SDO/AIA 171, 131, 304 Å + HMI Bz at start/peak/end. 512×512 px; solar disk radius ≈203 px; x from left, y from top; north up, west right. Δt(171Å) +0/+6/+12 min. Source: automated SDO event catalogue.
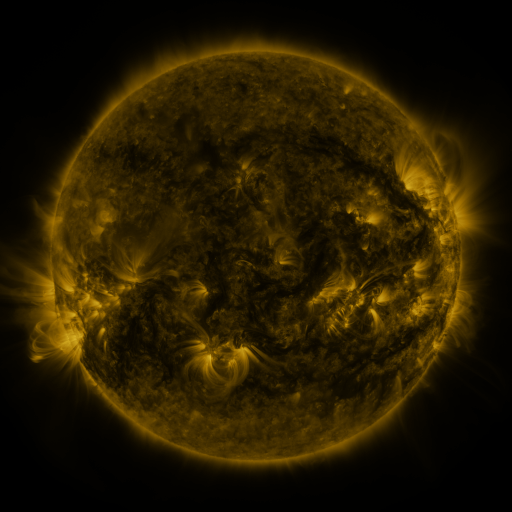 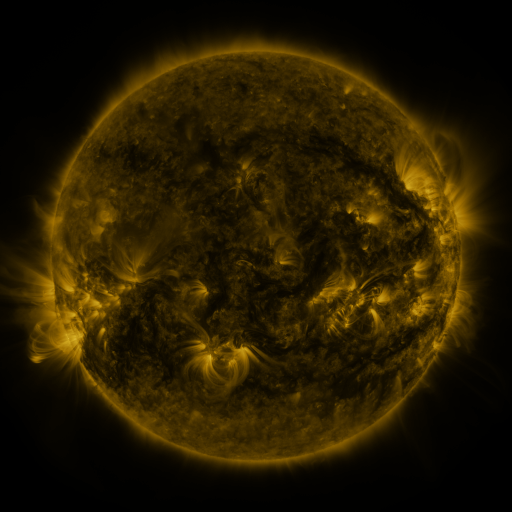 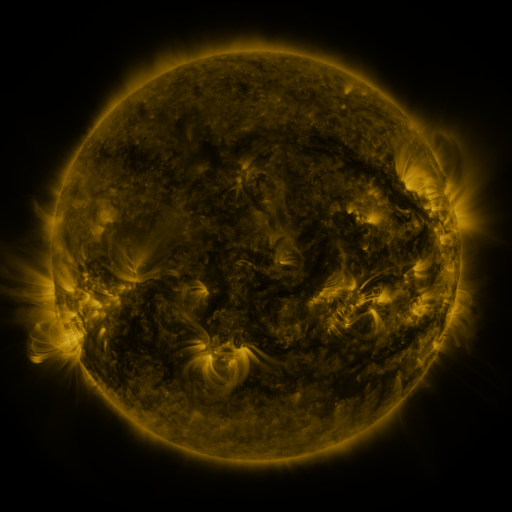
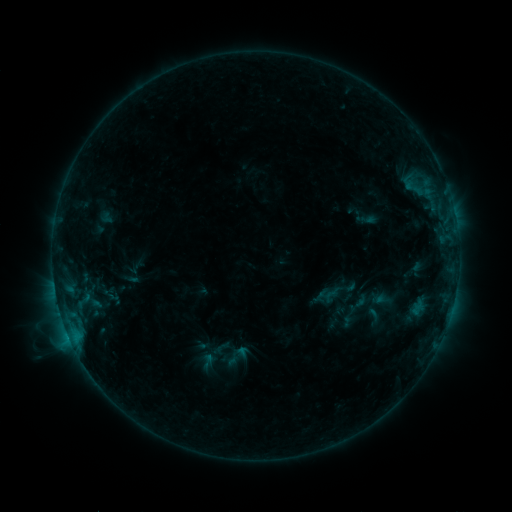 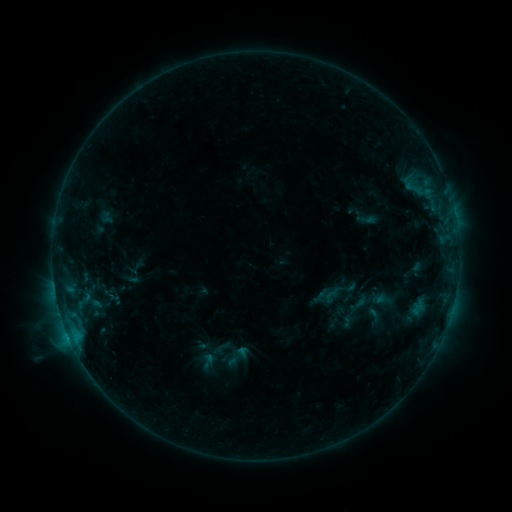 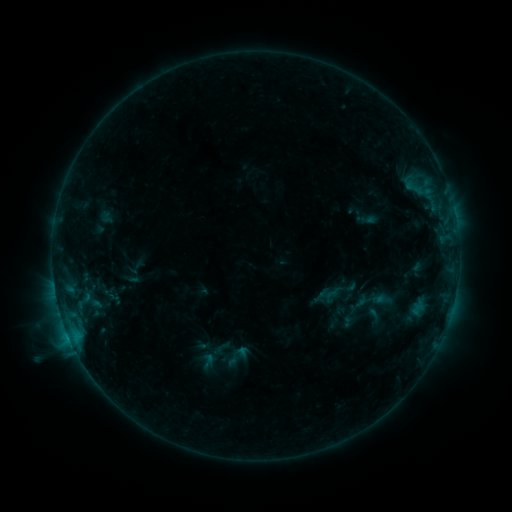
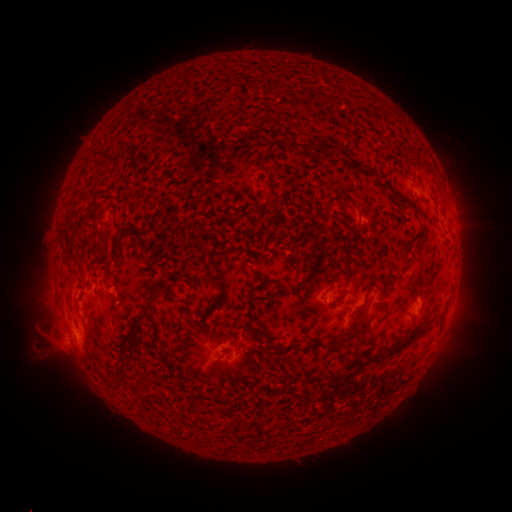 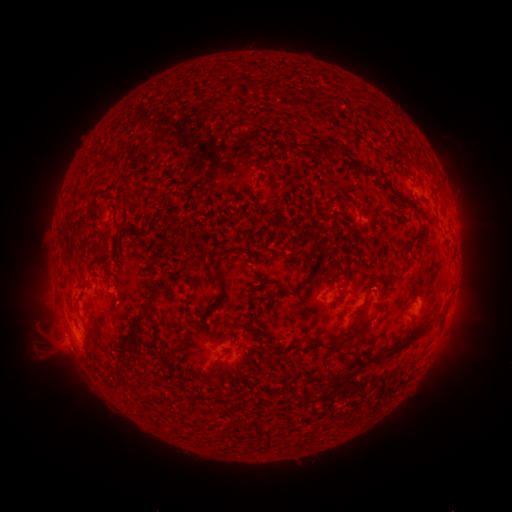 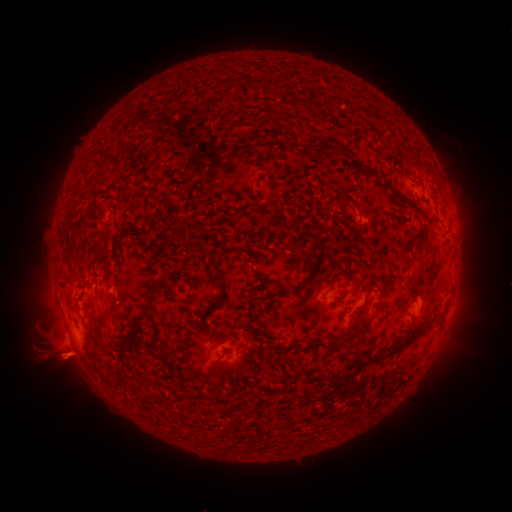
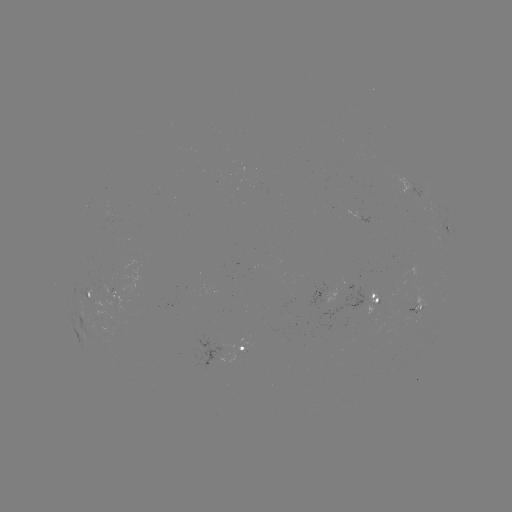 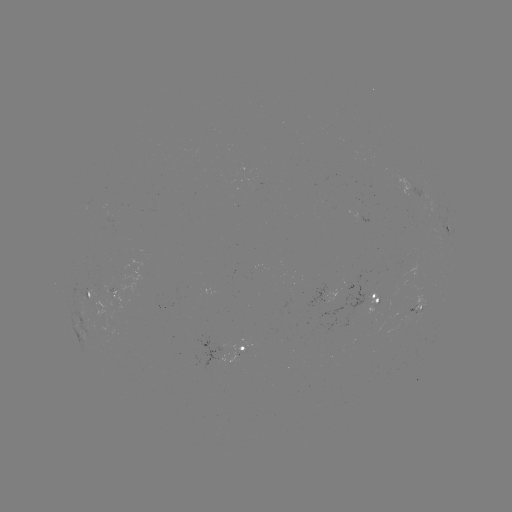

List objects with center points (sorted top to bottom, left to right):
C1.0 flare: (73, 344)
